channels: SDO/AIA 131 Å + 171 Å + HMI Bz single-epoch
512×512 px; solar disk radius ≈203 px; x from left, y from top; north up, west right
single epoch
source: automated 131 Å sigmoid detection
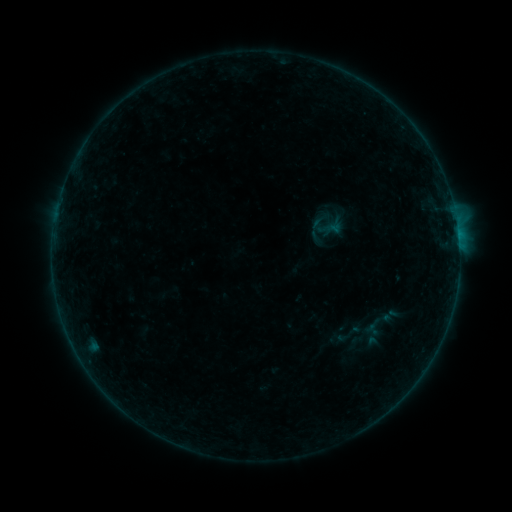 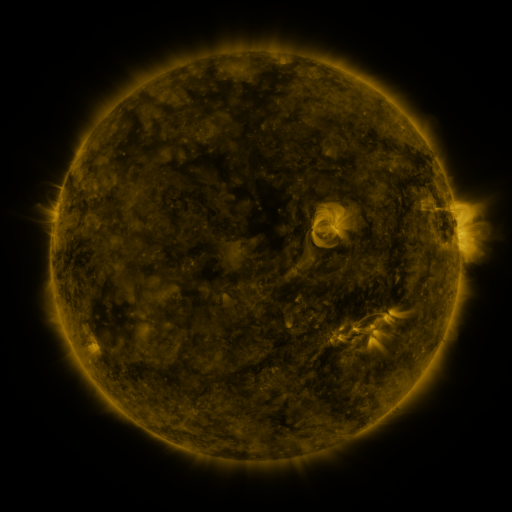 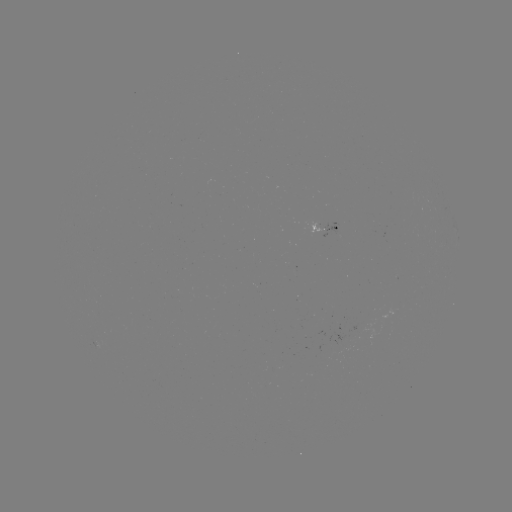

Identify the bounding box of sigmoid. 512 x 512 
[334, 318, 364, 348].